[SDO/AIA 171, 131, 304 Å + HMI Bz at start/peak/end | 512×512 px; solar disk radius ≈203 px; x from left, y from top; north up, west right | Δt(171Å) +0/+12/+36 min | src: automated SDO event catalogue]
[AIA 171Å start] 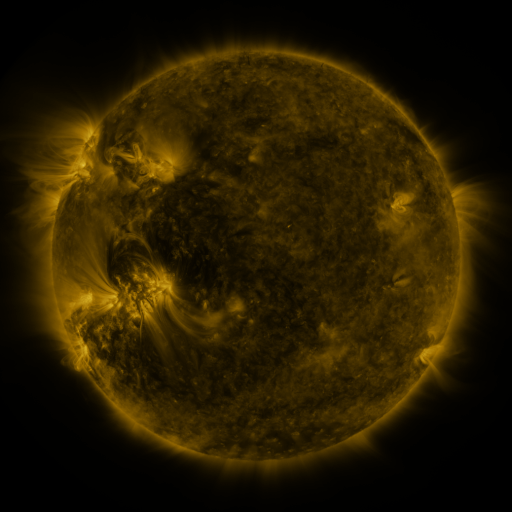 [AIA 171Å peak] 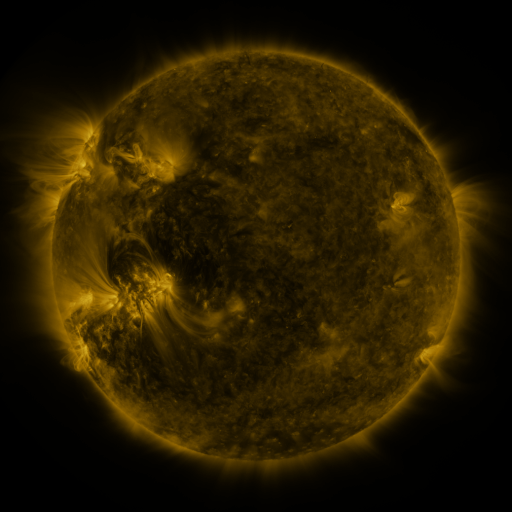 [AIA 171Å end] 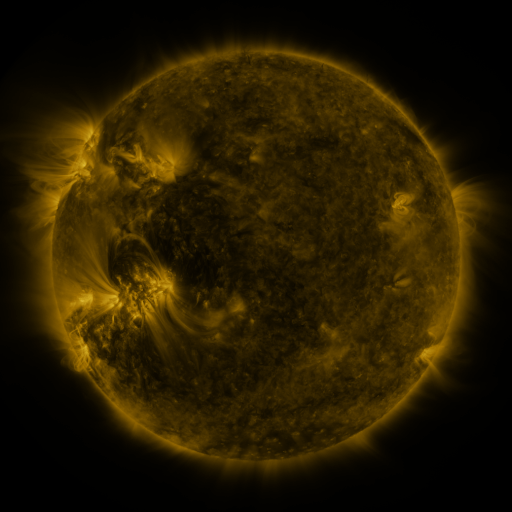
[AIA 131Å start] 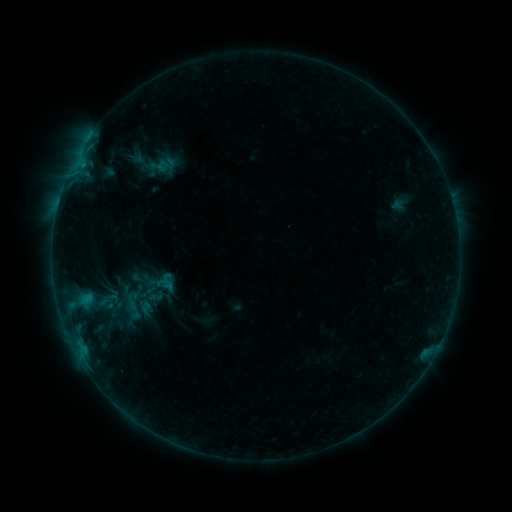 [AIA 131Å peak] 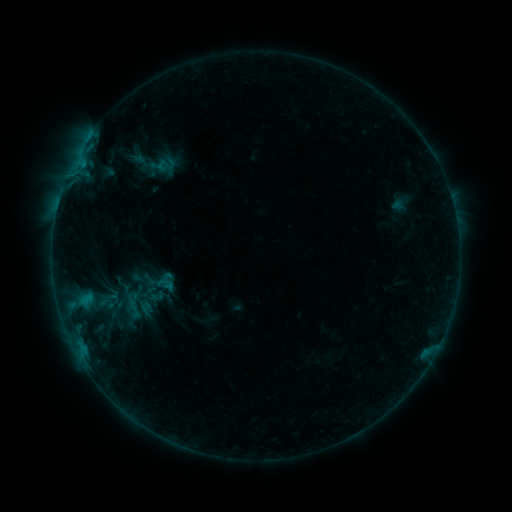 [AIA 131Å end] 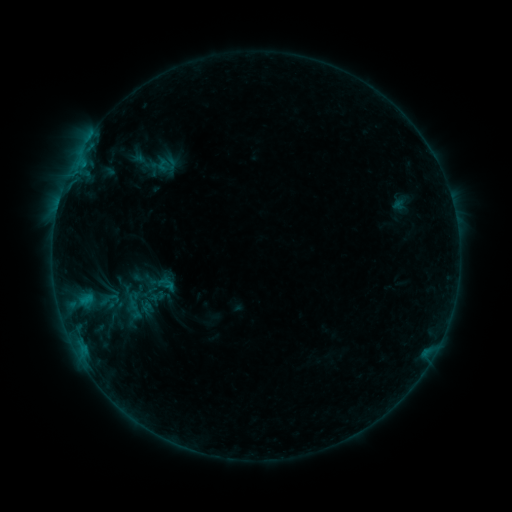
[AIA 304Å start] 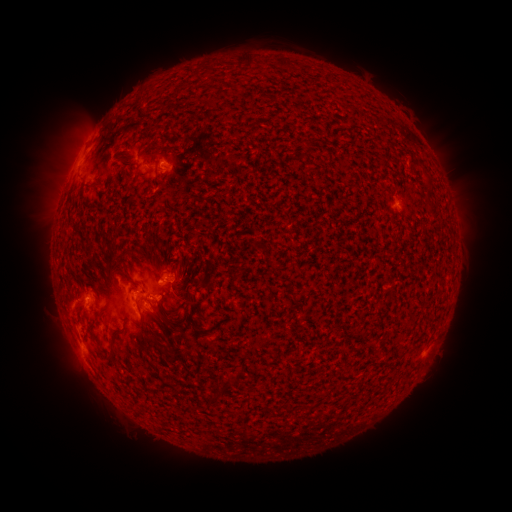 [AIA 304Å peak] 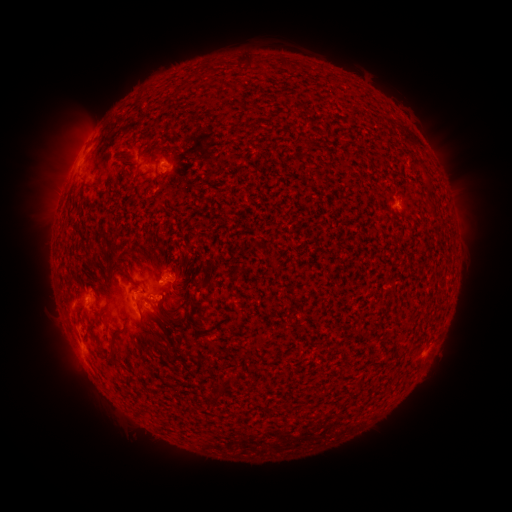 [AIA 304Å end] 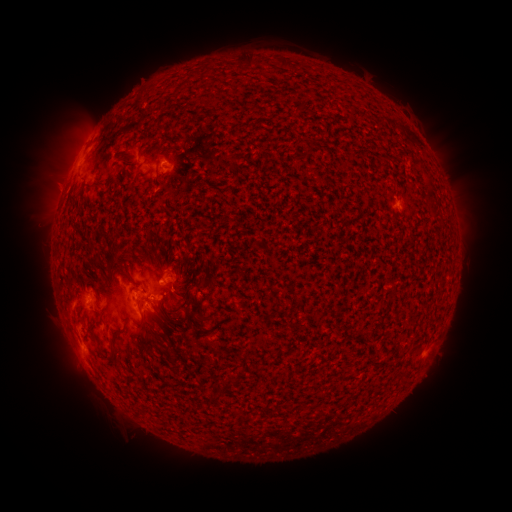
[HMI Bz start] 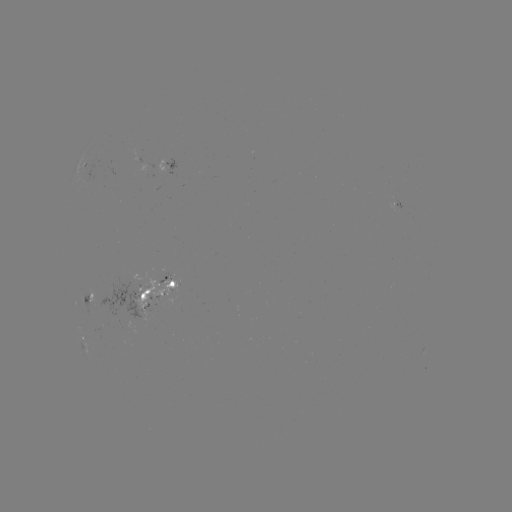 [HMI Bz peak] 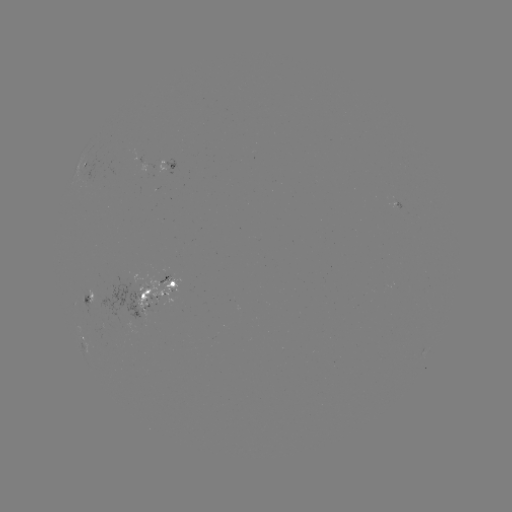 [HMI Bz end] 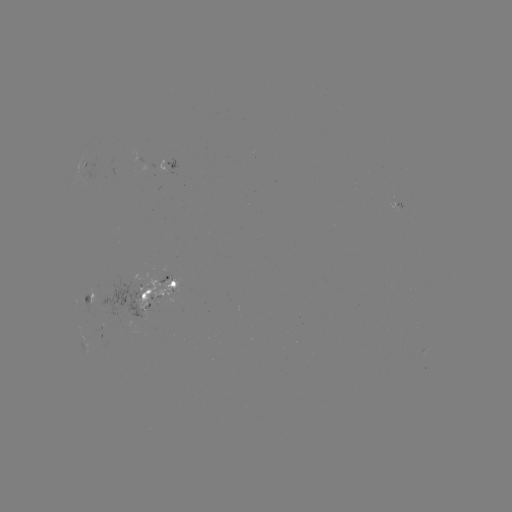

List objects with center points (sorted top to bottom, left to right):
emerging-flux region: (164, 274)
